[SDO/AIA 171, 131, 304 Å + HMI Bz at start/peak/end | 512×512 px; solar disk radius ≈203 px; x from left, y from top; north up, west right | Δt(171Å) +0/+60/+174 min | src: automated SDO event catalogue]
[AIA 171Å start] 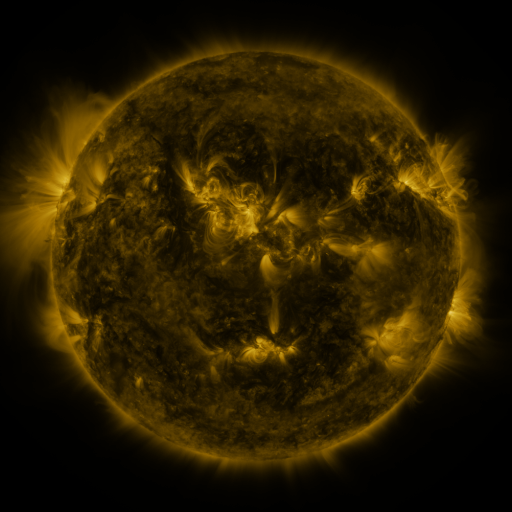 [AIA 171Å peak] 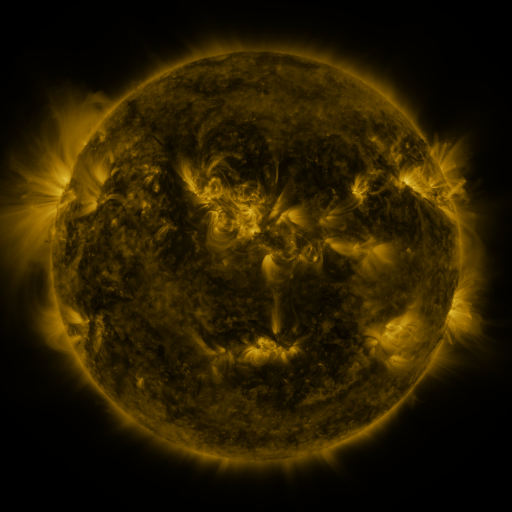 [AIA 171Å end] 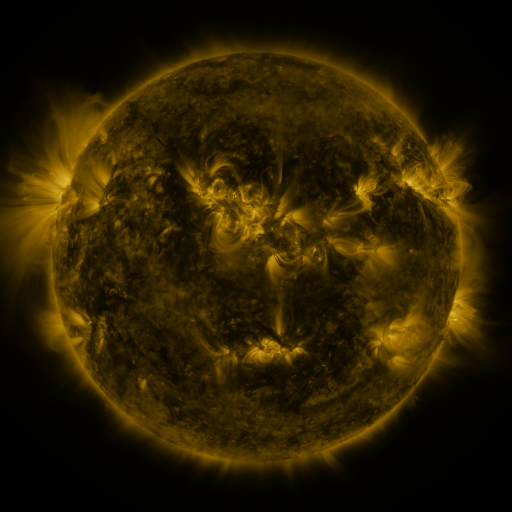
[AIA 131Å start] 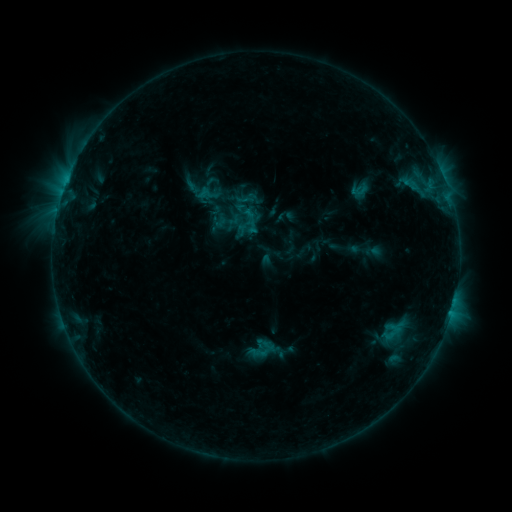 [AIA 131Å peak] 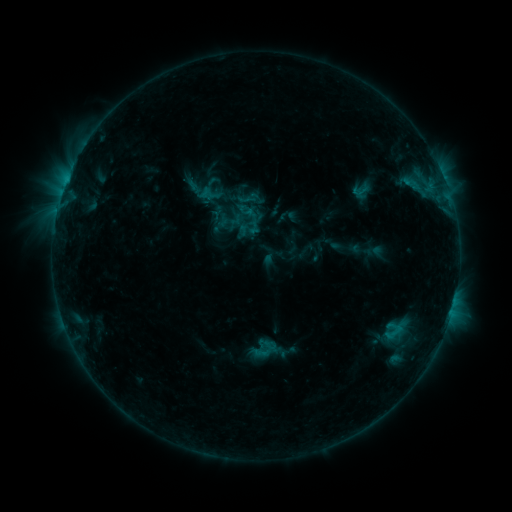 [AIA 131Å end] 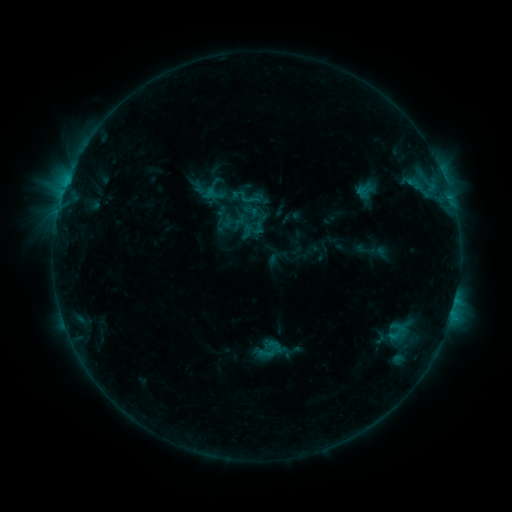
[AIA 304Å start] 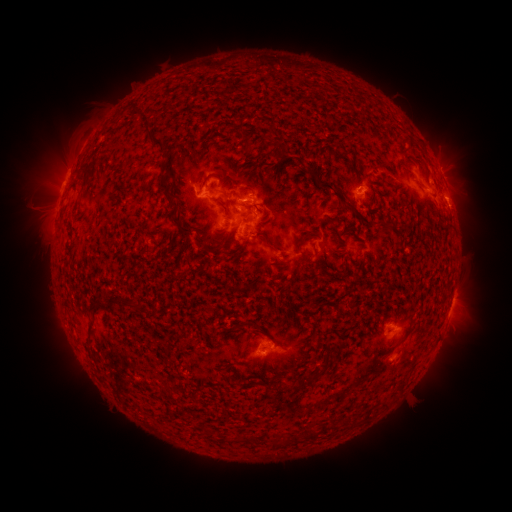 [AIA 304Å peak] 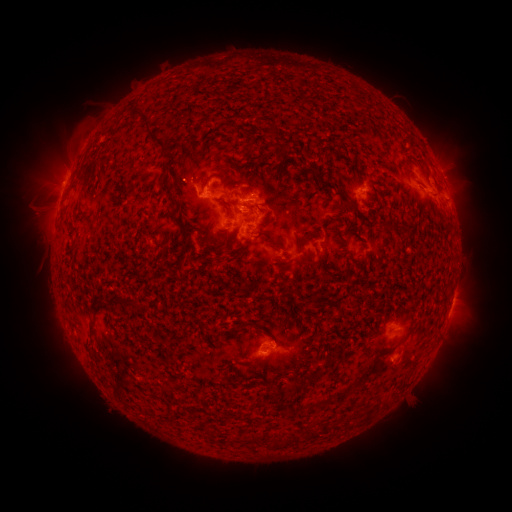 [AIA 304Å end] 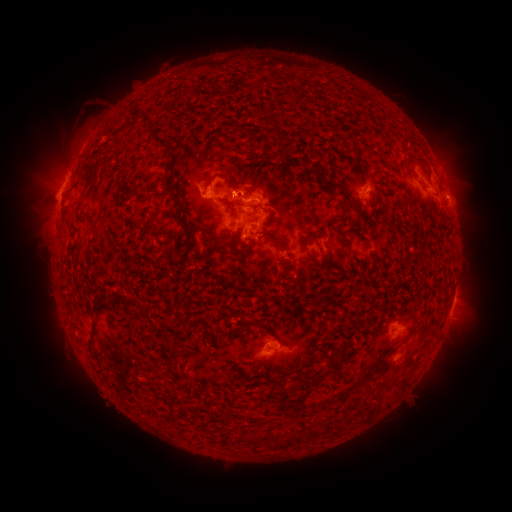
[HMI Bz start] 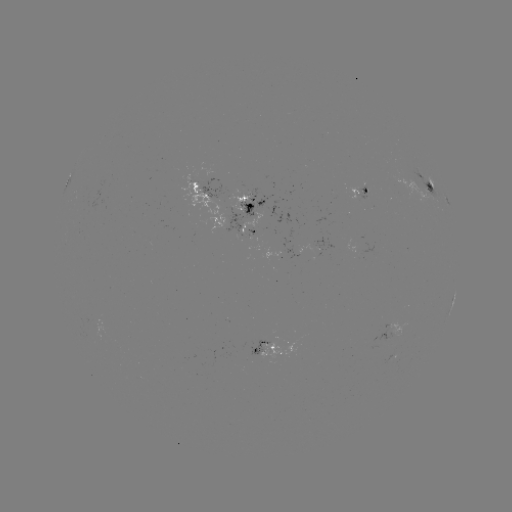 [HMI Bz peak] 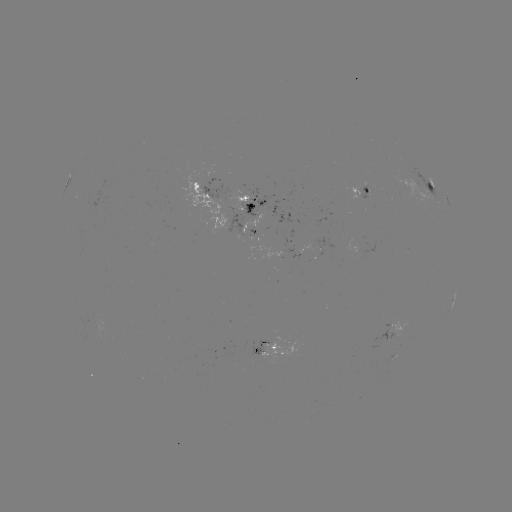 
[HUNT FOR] emerging-flux region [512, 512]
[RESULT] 259,228